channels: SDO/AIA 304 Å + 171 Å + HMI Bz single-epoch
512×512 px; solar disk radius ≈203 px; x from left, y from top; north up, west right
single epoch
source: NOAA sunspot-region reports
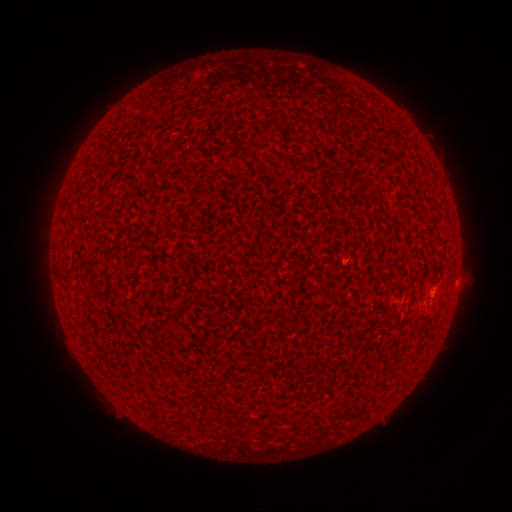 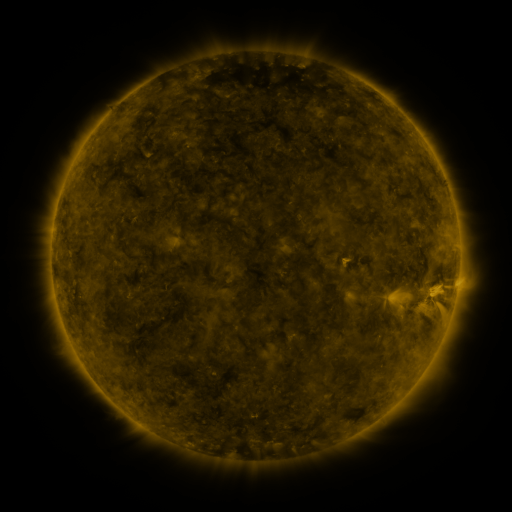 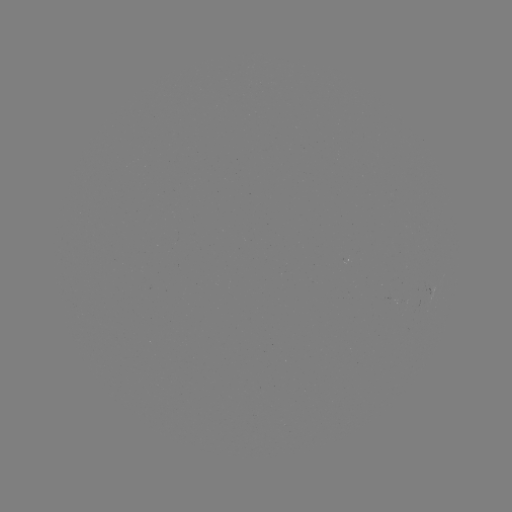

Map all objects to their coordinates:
(none)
